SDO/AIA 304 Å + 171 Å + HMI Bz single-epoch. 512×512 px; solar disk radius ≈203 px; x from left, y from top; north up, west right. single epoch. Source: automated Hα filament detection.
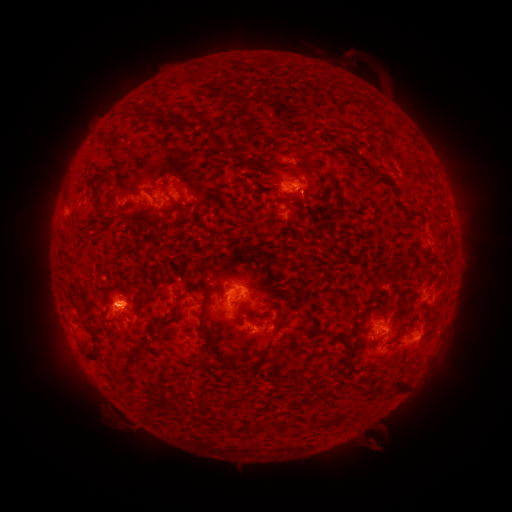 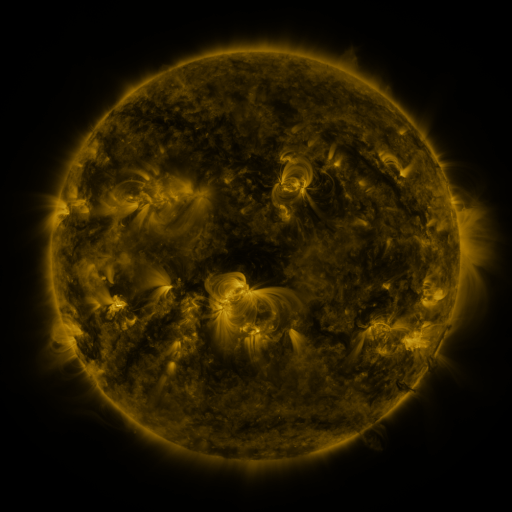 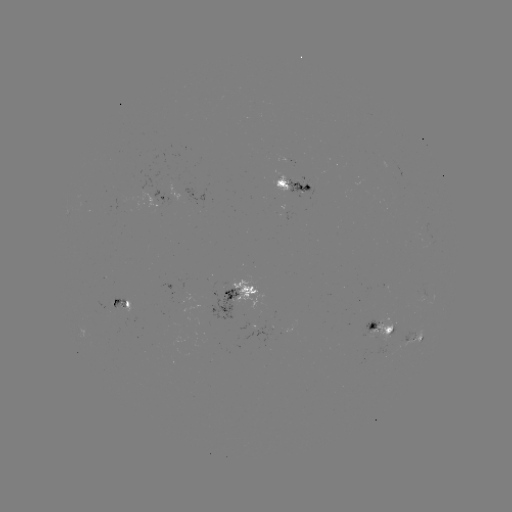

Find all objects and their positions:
filament: [122, 101, 141, 115]
filament: [189, 107, 206, 123]
filament: [158, 112, 179, 125]
filament: [207, 136, 233, 160]
filament: [297, 150, 319, 174]
filament: [269, 168, 280, 178]
filament: [171, 180, 189, 206]
filament: [121, 182, 152, 197]
filament: [120, 206, 128, 222]
filament: [158, 212, 173, 224]
filament: [204, 264, 224, 276]
filament: [387, 272, 402, 283]
filament: [74, 281, 81, 291]
filament: [112, 287, 124, 297]
filament: [170, 292, 187, 319]
filament: [198, 293, 208, 332]
filament: [85, 304, 94, 324]
filament: [85, 330, 101, 362]
filament: [261, 346, 269, 356]
filament: [269, 346, 284, 364]
filament: [380, 357, 390, 367]
filament: [392, 375, 407, 393]
filament: [279, 416, 289, 427]
filament: [227, 421, 235, 432]
